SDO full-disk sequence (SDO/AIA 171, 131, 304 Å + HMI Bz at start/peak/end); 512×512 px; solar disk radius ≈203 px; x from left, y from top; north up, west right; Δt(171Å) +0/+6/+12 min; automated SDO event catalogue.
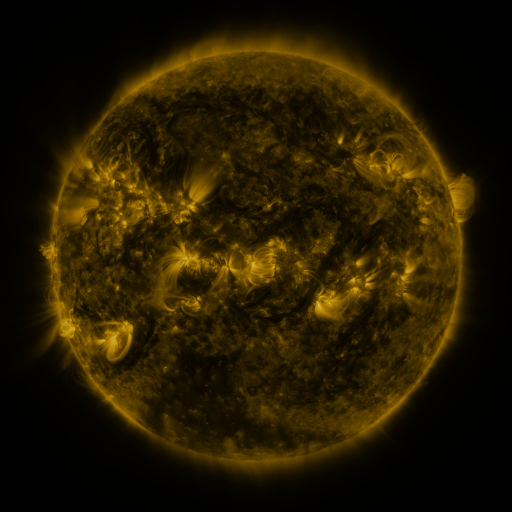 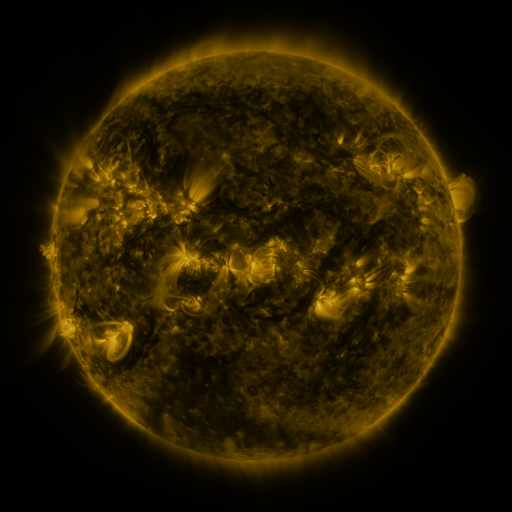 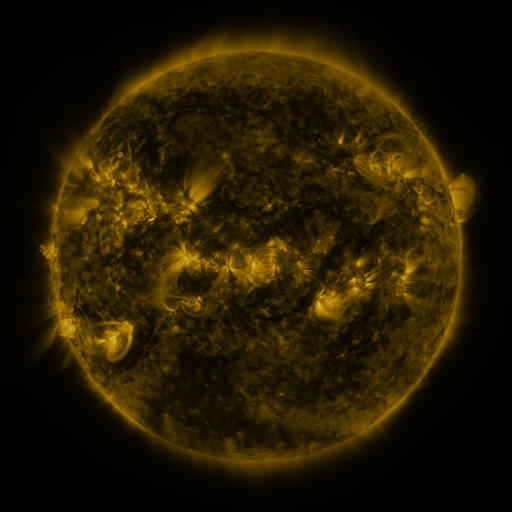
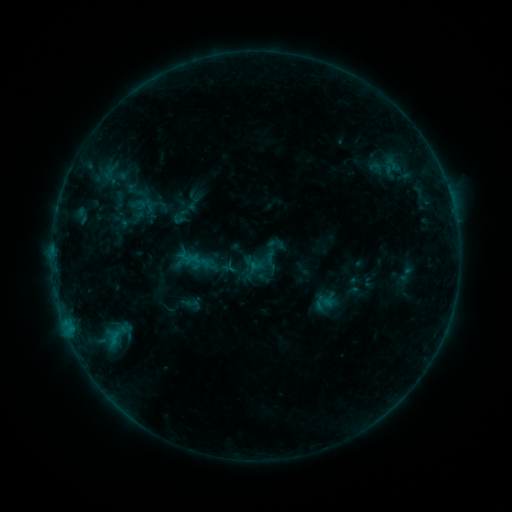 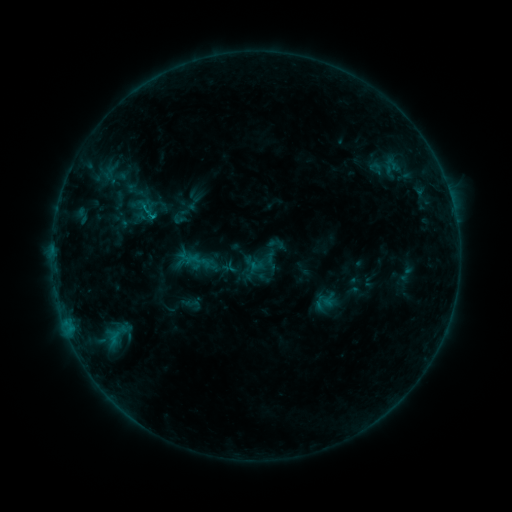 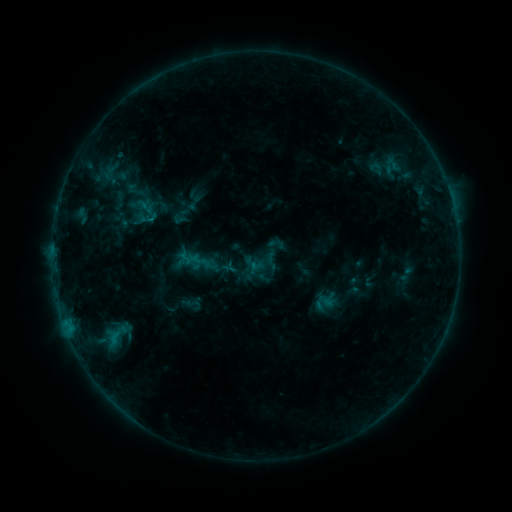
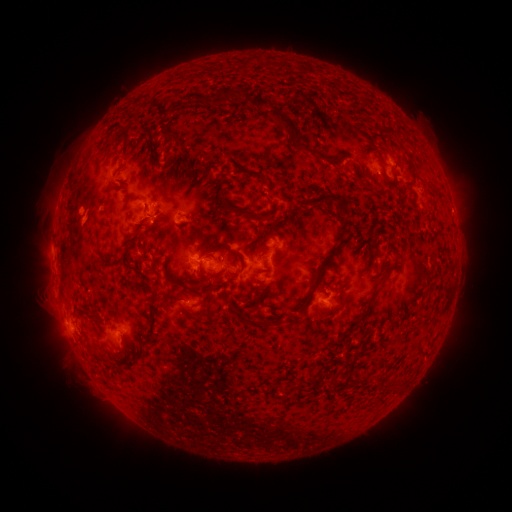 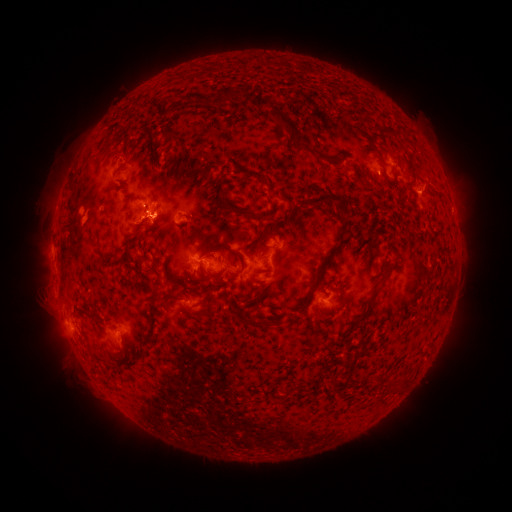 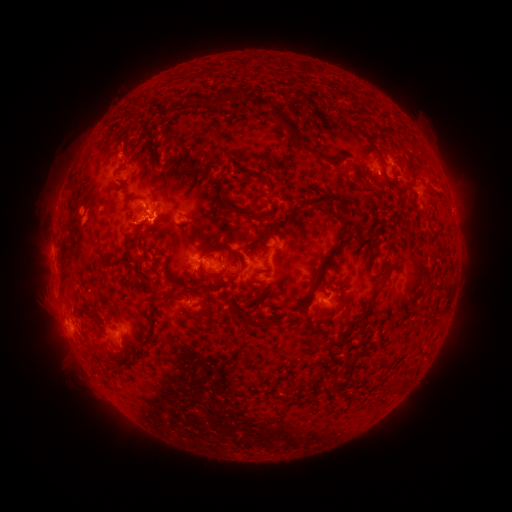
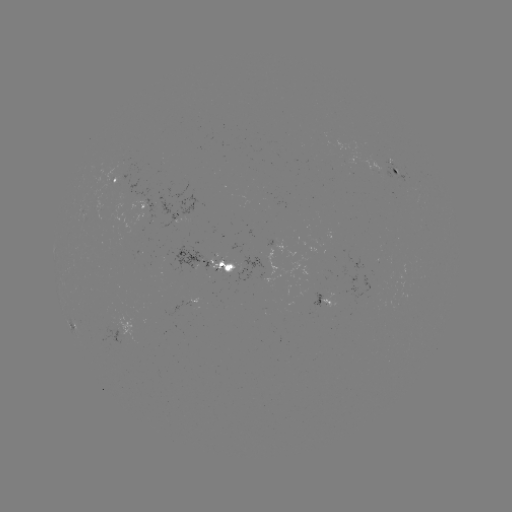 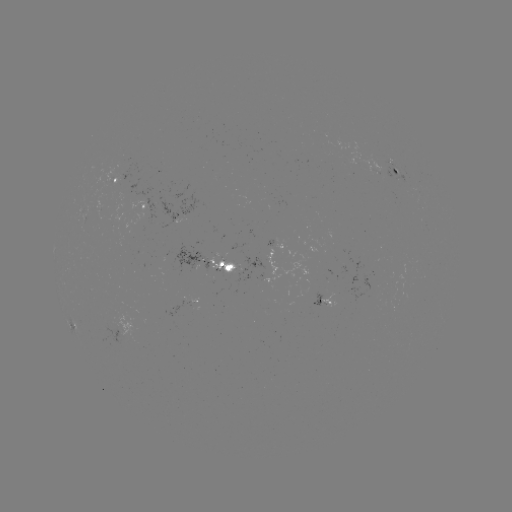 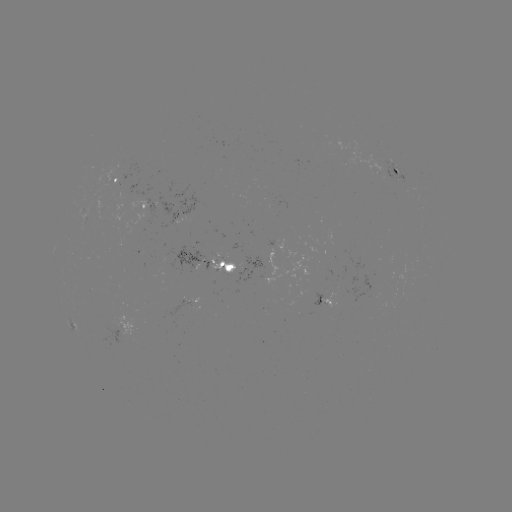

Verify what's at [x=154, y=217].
B6.5 flare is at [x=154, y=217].